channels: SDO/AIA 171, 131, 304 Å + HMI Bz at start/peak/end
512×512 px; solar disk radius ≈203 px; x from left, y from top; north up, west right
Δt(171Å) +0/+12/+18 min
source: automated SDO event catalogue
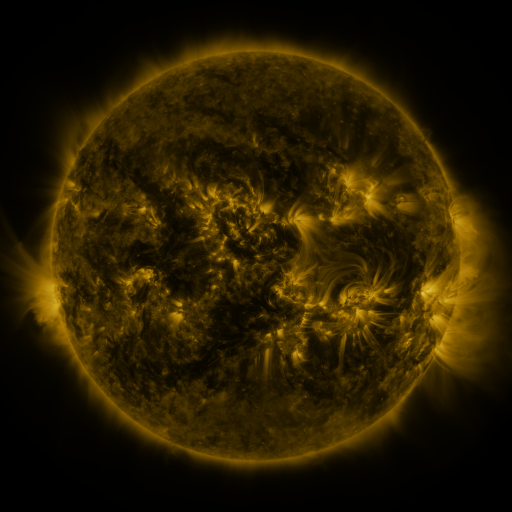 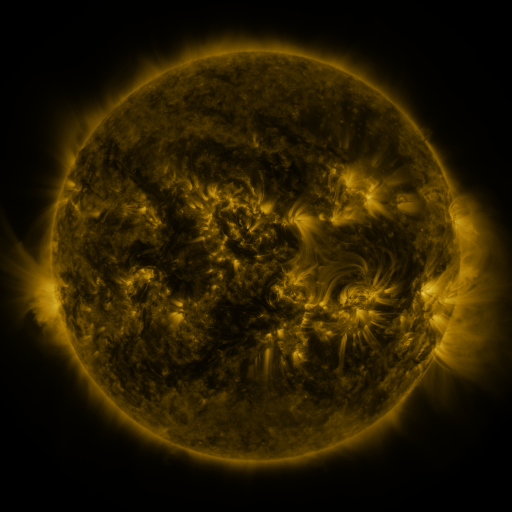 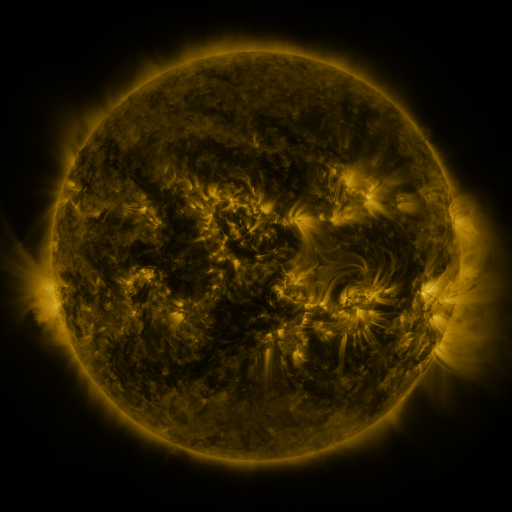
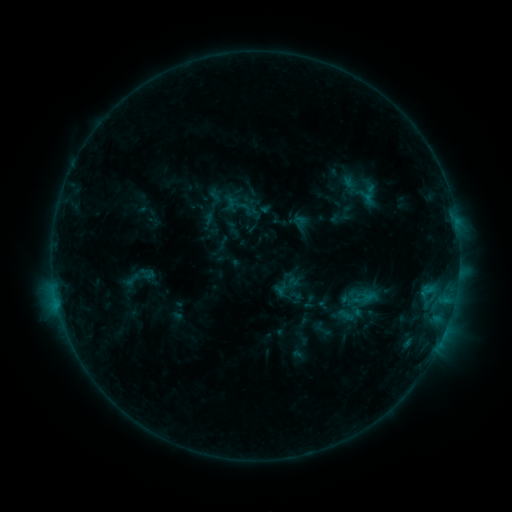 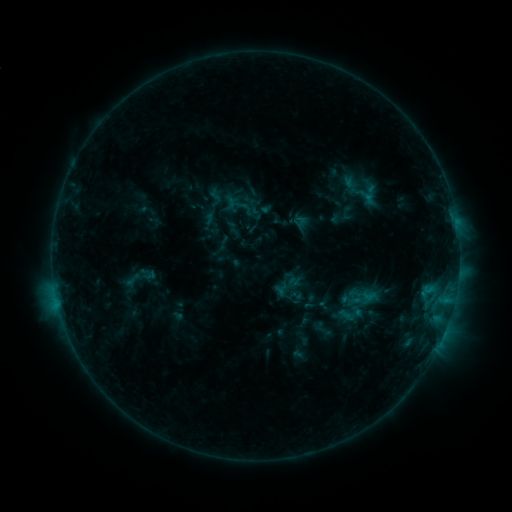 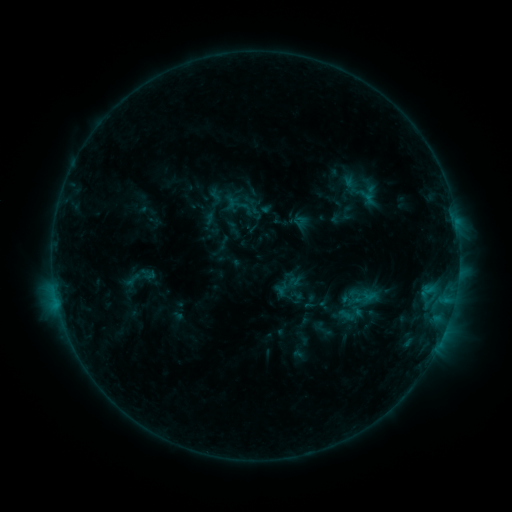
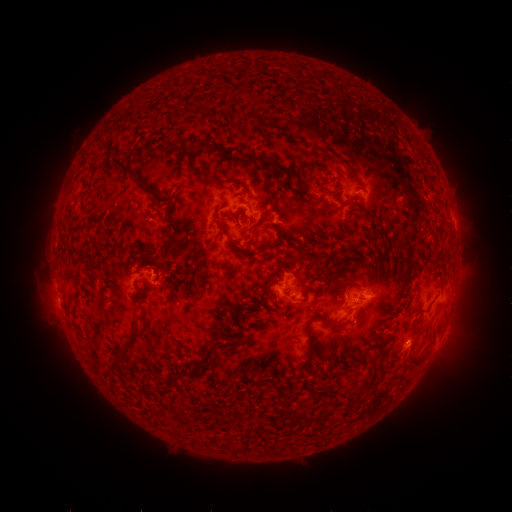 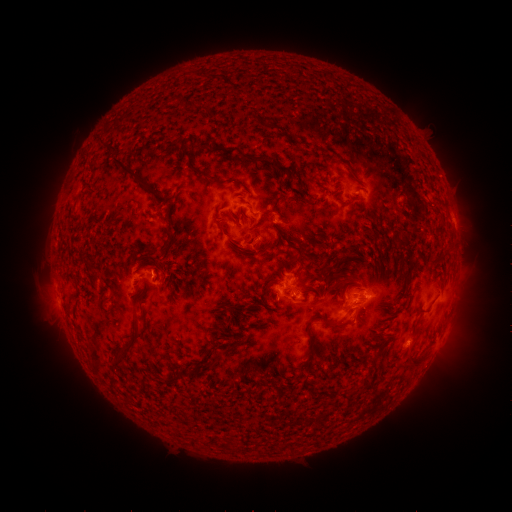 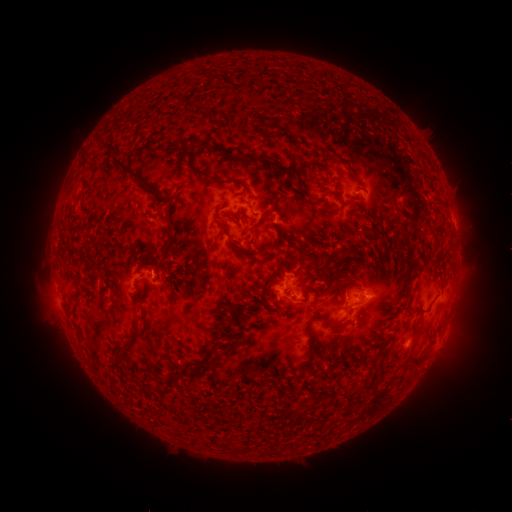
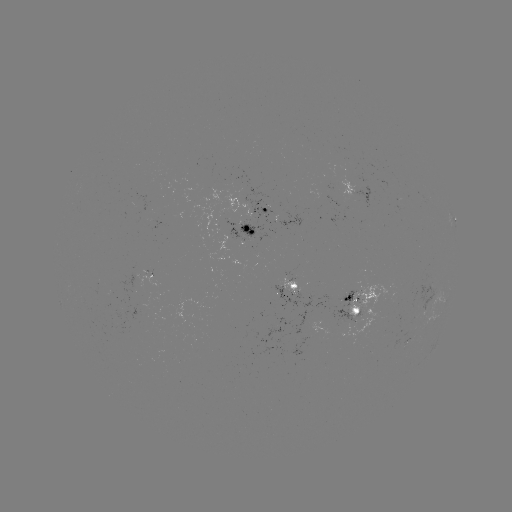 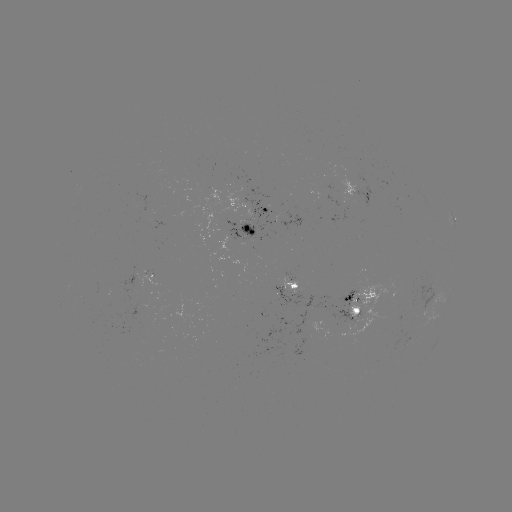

no classed flare was catalogued and no EUV brightening was flagged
